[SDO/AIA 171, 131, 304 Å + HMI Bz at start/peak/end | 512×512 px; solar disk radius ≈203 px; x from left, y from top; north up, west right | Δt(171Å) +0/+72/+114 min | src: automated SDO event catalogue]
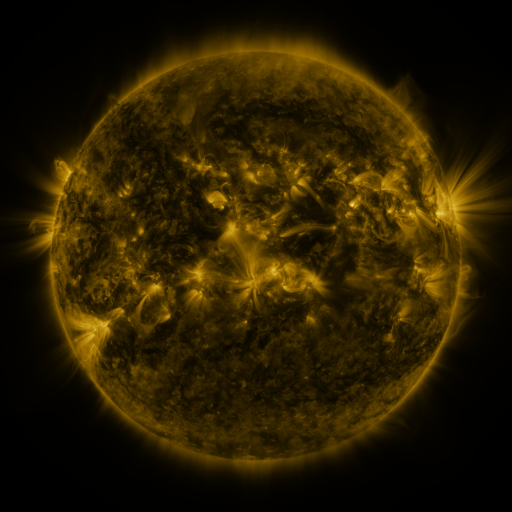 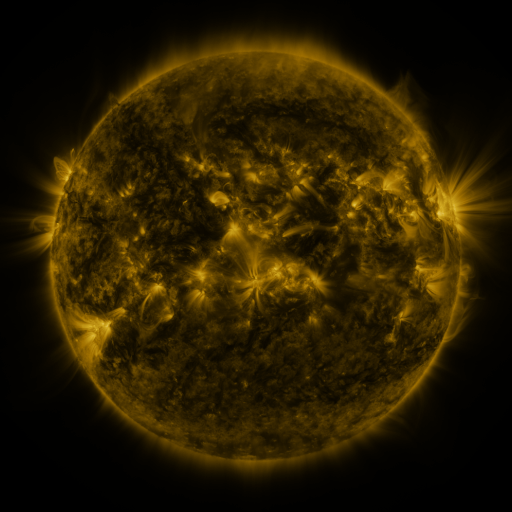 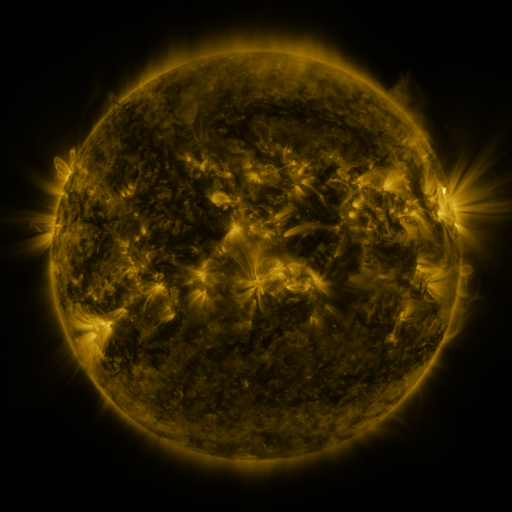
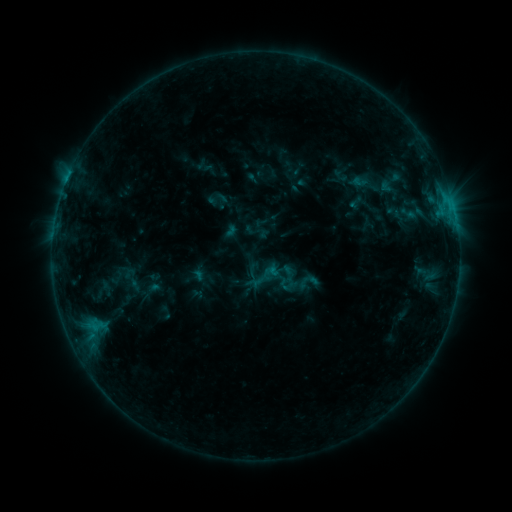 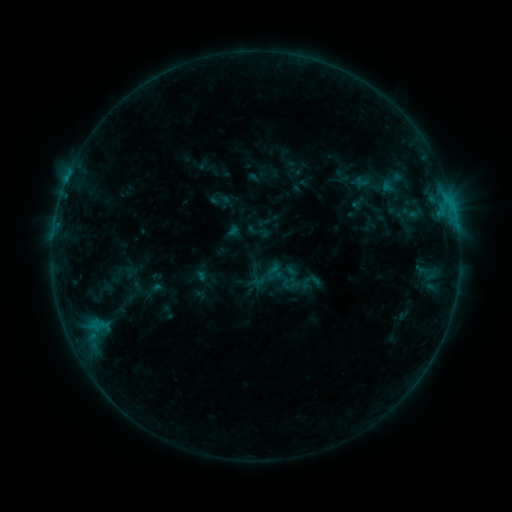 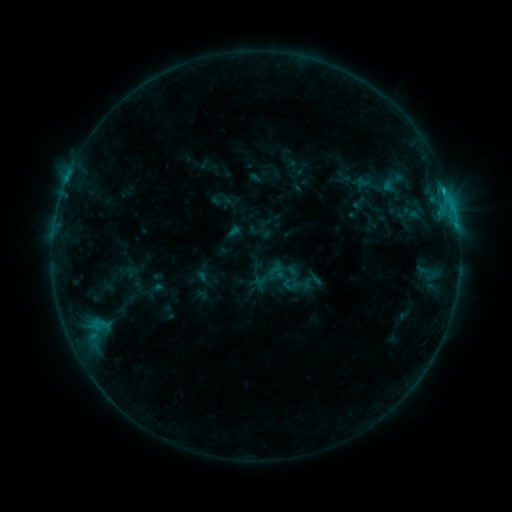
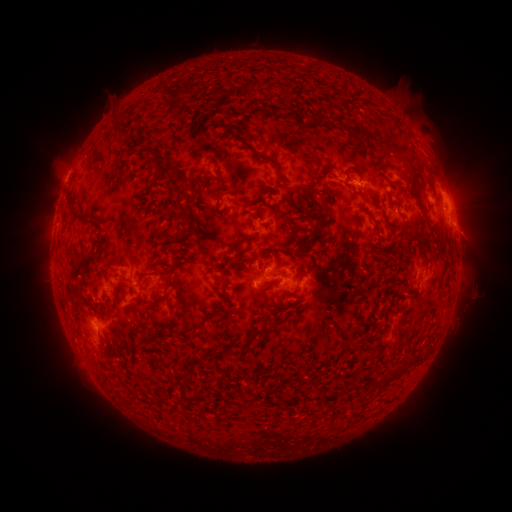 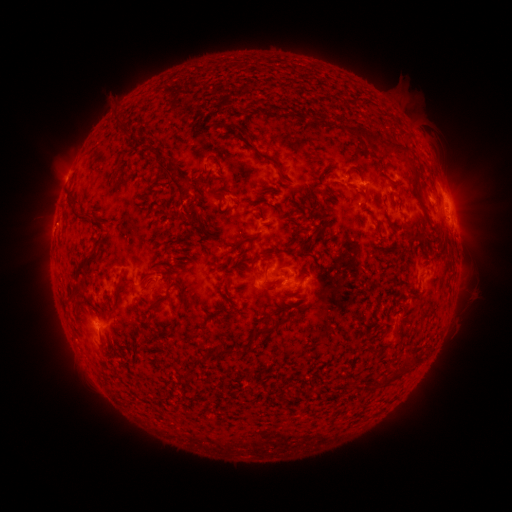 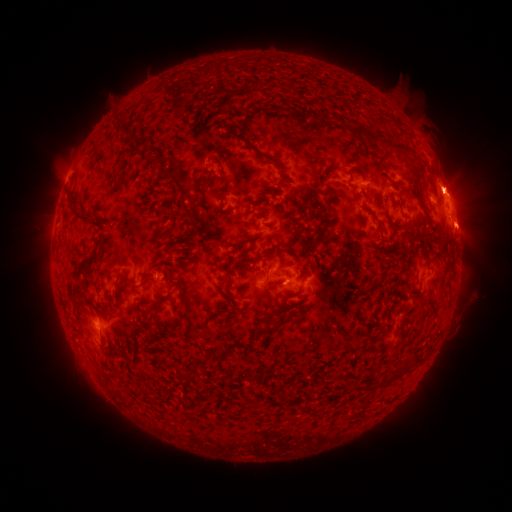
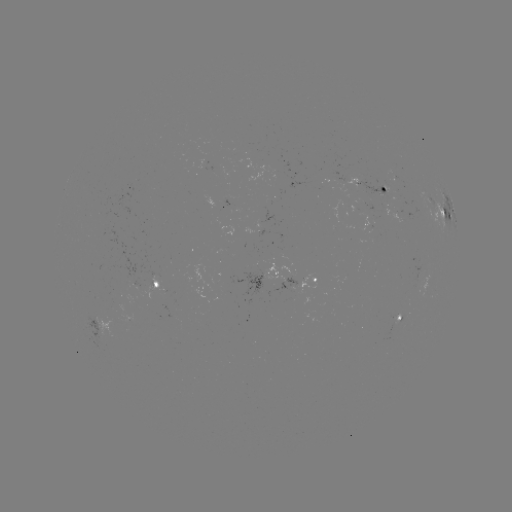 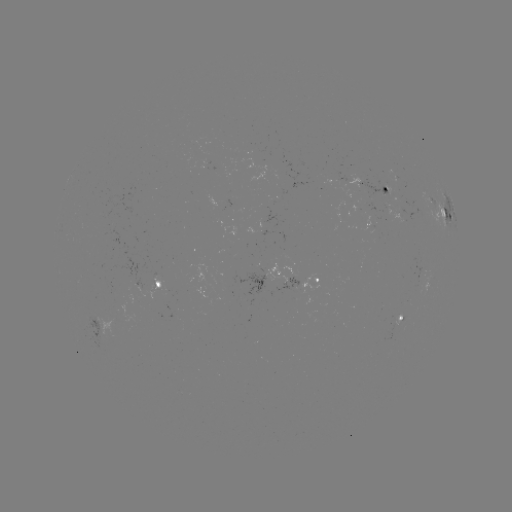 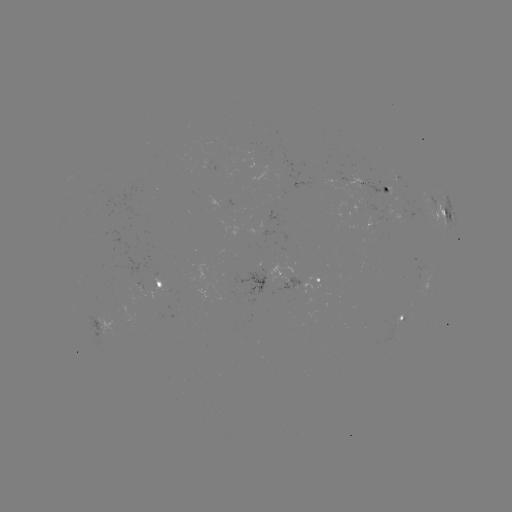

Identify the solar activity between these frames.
emerging-flux region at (391, 339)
